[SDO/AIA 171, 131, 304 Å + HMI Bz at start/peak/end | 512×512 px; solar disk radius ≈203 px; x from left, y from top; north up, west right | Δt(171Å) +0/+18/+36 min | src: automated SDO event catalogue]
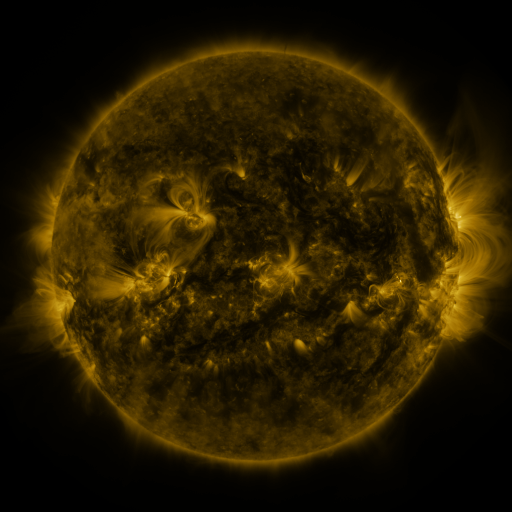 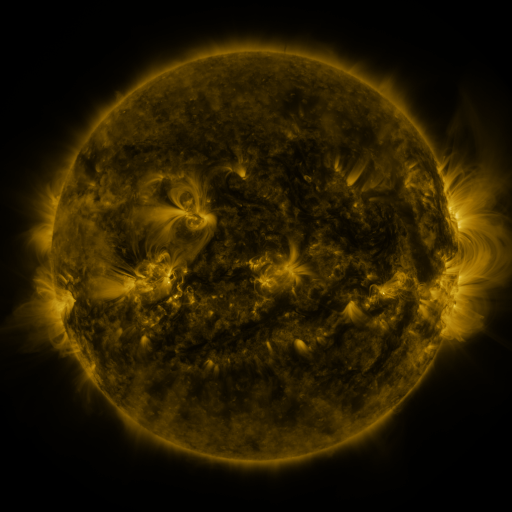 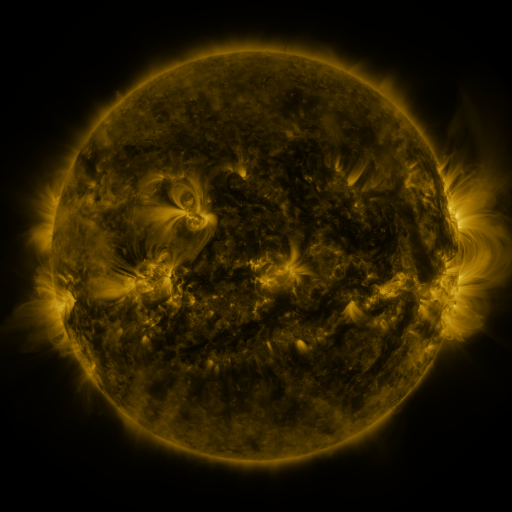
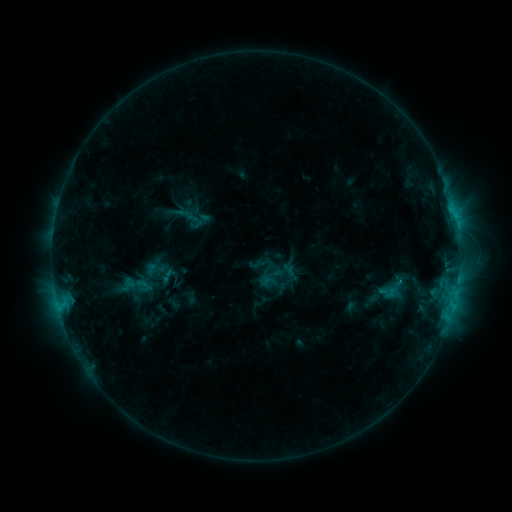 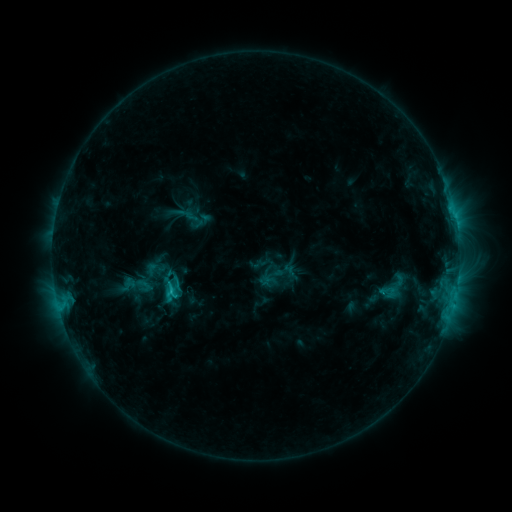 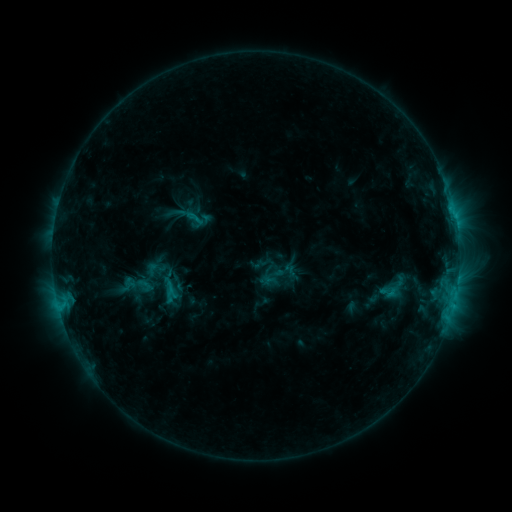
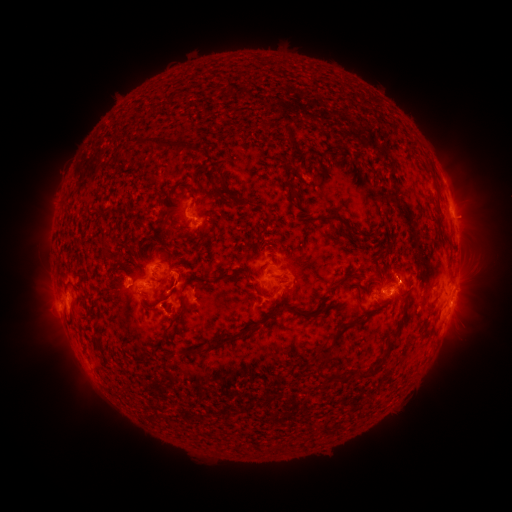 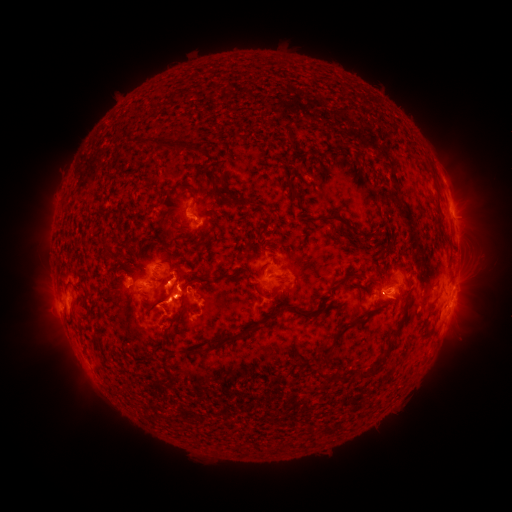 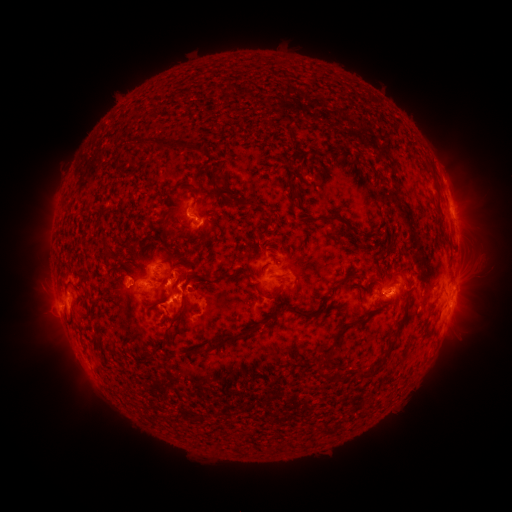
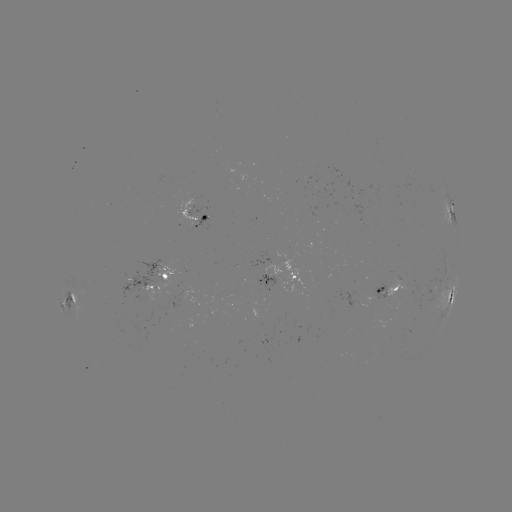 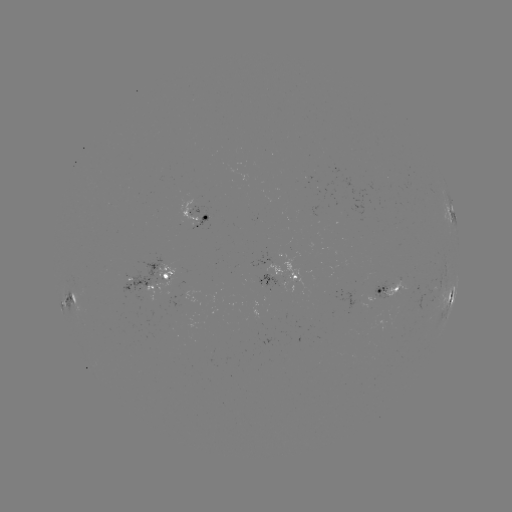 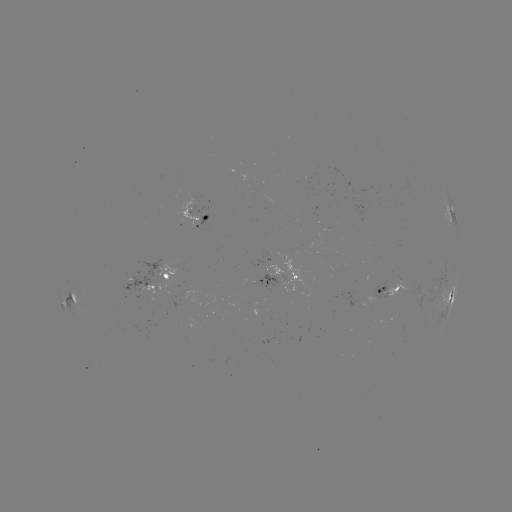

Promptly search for C2.3 flare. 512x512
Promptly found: (173, 291).